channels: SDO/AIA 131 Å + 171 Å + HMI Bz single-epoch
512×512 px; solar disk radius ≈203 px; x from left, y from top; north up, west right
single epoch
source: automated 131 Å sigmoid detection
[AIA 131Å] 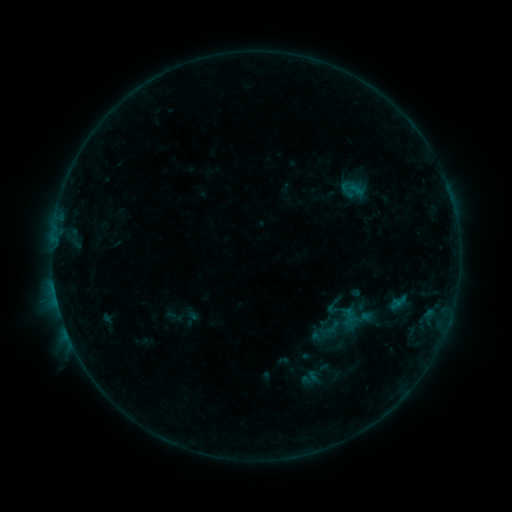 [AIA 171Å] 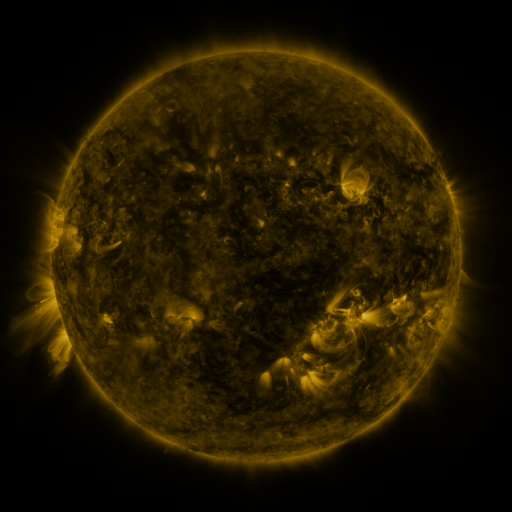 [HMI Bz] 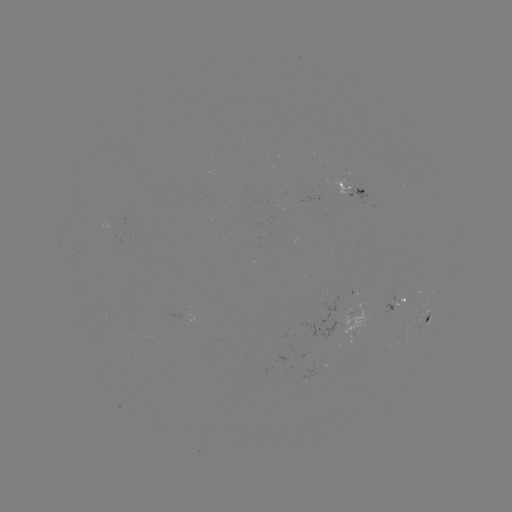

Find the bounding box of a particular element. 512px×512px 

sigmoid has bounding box [343, 297, 362, 316].